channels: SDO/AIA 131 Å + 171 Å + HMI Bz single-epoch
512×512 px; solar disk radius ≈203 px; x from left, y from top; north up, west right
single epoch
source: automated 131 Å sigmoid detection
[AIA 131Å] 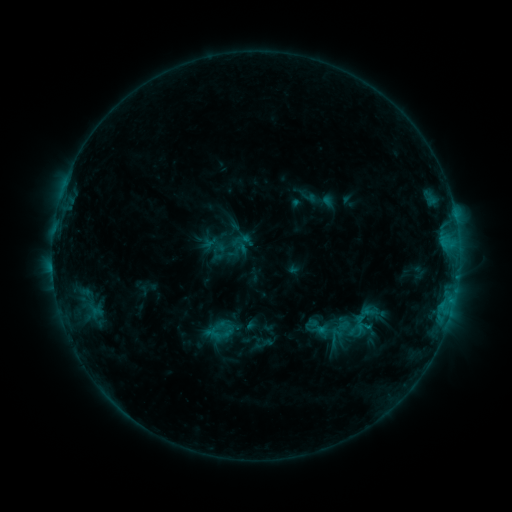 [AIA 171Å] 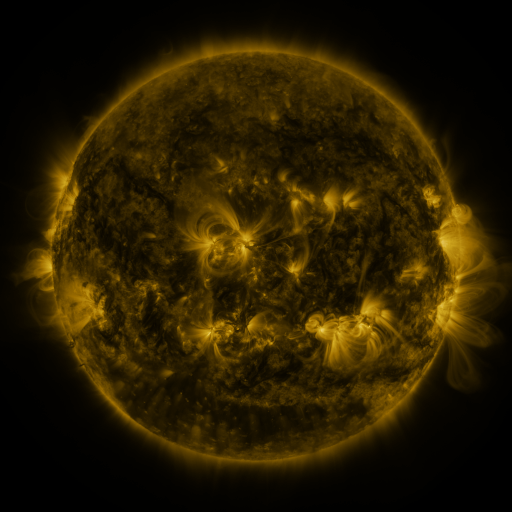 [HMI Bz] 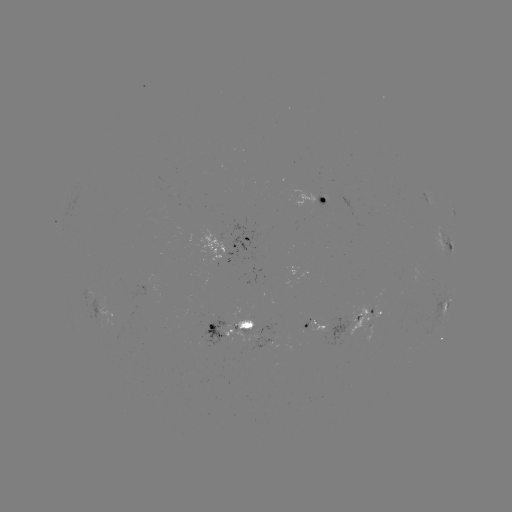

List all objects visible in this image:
sigmoid: (366, 316)
sigmoid: (327, 334)
